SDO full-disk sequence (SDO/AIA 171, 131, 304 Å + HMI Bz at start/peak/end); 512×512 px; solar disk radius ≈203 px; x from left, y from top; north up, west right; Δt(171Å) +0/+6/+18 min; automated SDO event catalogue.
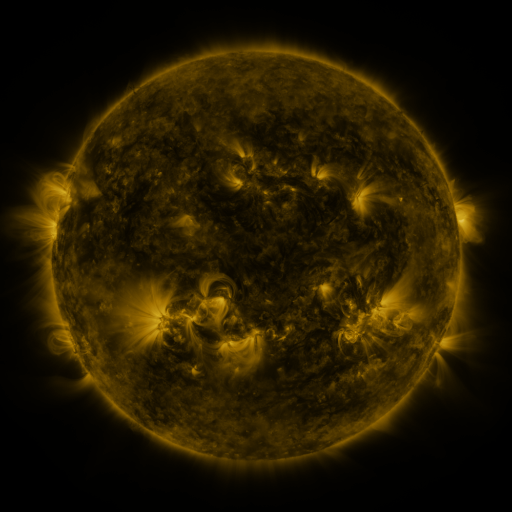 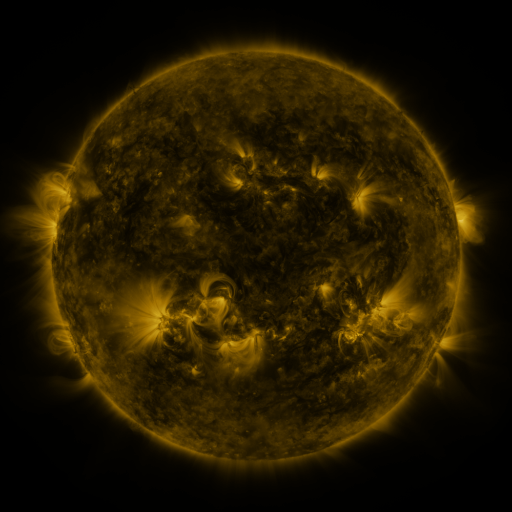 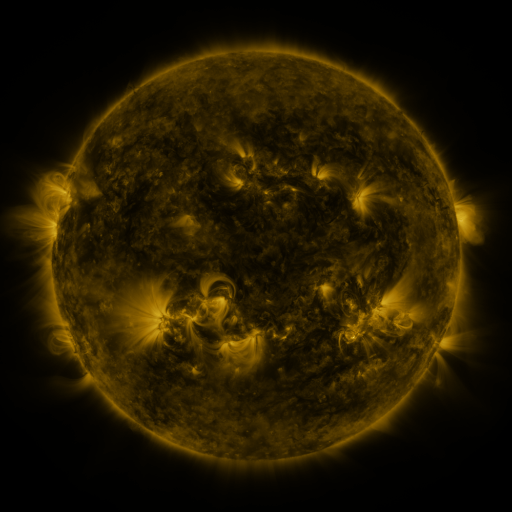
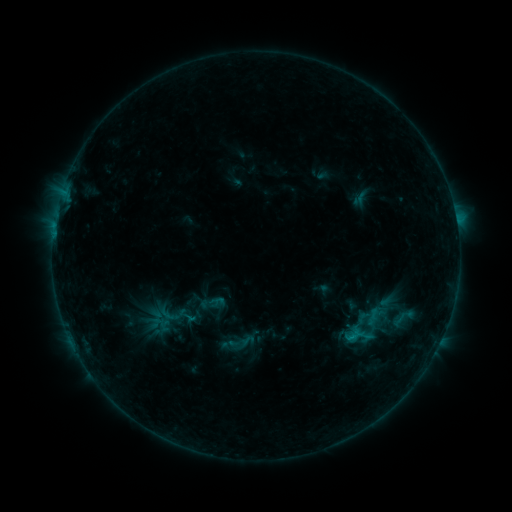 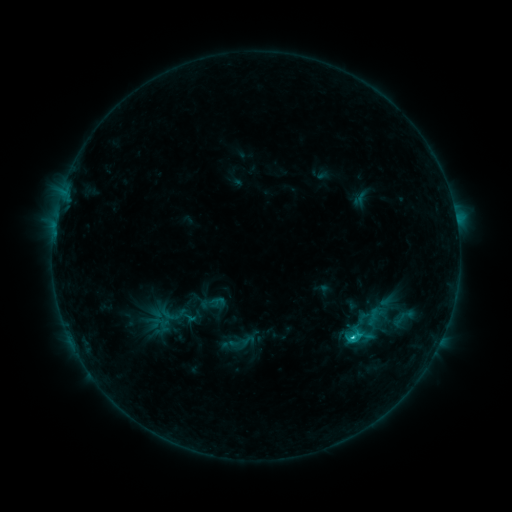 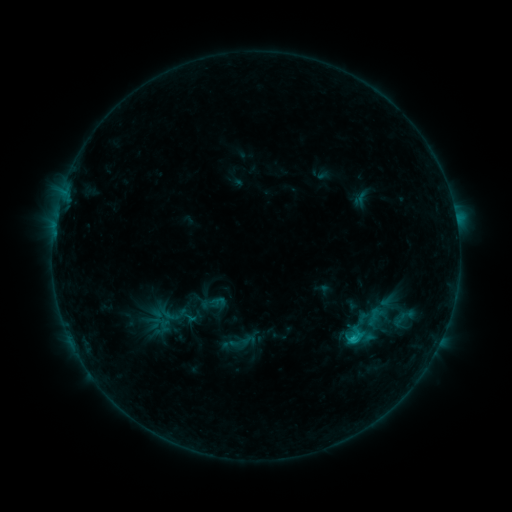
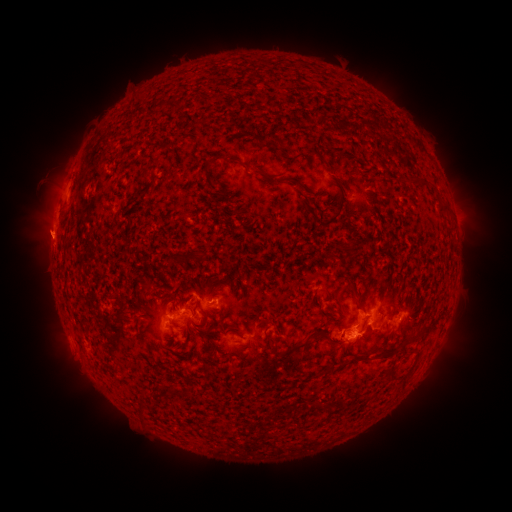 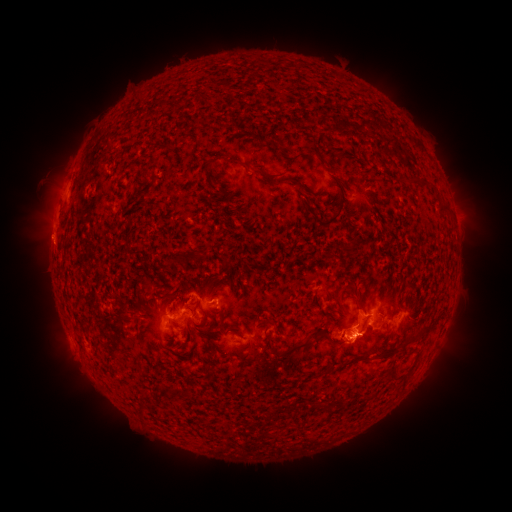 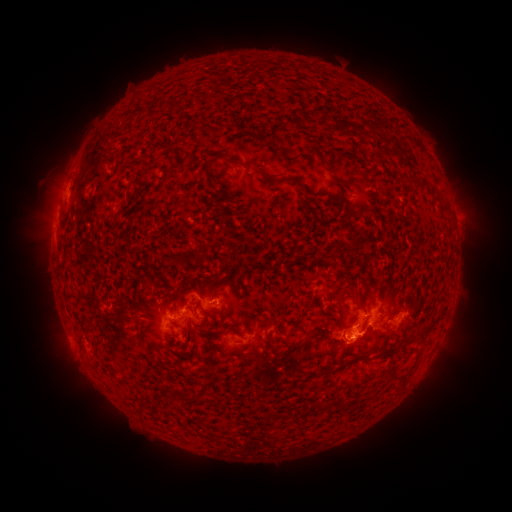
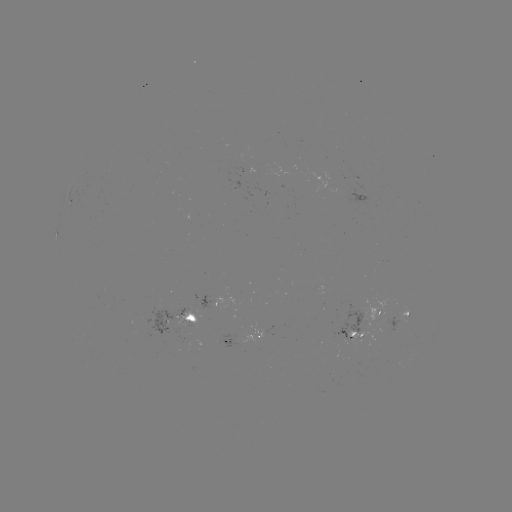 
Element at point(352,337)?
C2.1 flare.